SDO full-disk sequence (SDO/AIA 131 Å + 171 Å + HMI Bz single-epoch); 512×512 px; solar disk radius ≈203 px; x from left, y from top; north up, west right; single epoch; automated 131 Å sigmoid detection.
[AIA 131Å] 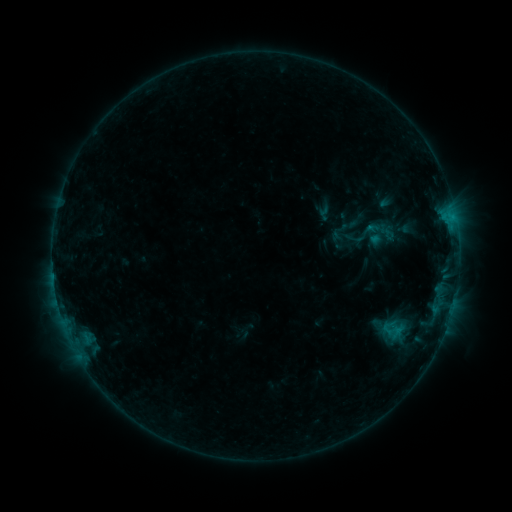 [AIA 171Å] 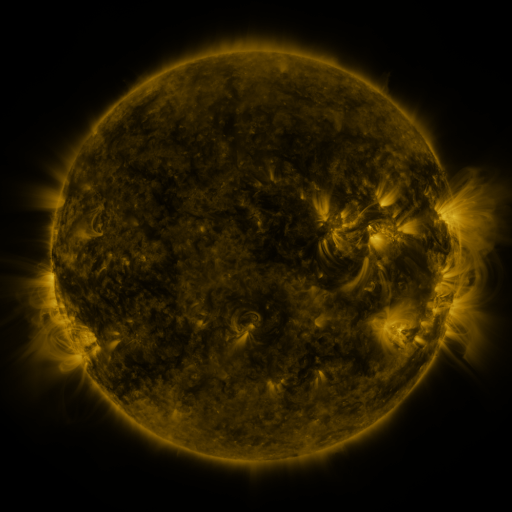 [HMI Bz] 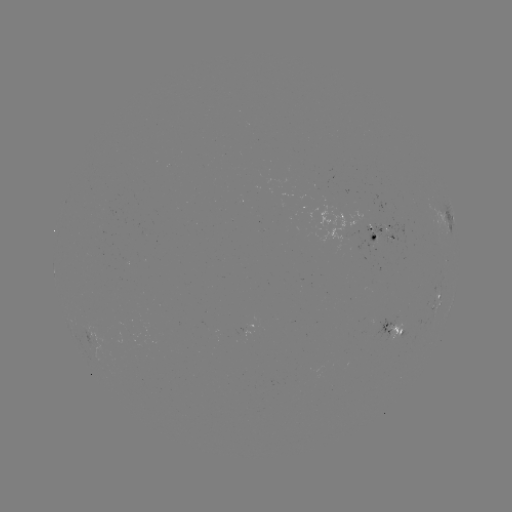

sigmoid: [340, 215, 385, 253]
